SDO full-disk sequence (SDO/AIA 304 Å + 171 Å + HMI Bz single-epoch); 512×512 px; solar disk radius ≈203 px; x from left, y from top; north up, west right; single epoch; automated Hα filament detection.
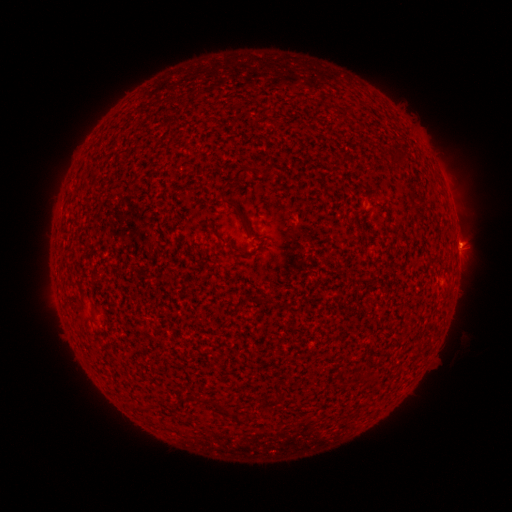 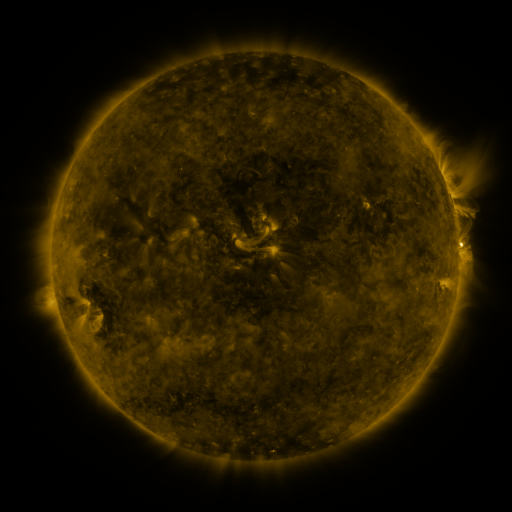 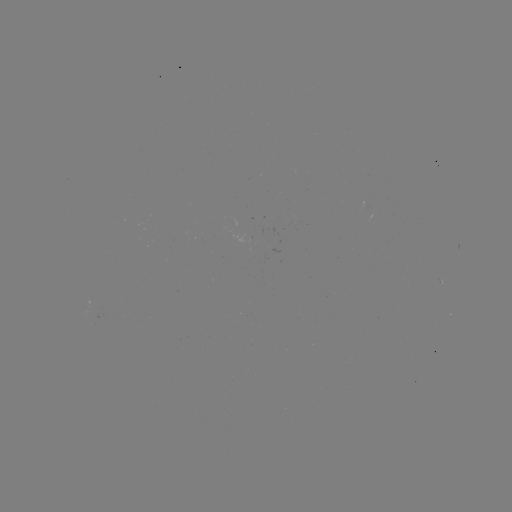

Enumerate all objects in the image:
filament: (348, 107)
filament: (267, 169)
filament: (233, 179)
filament: (230, 204)
filament: (214, 232)
filament: (200, 400)
filament: (226, 412)
